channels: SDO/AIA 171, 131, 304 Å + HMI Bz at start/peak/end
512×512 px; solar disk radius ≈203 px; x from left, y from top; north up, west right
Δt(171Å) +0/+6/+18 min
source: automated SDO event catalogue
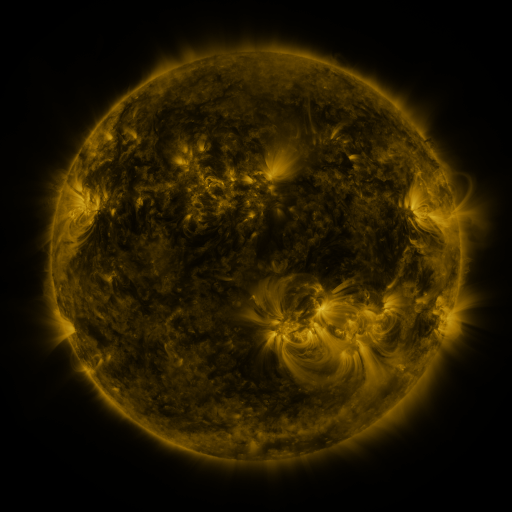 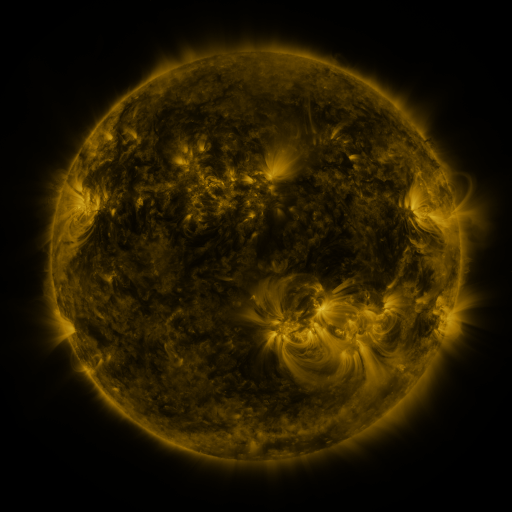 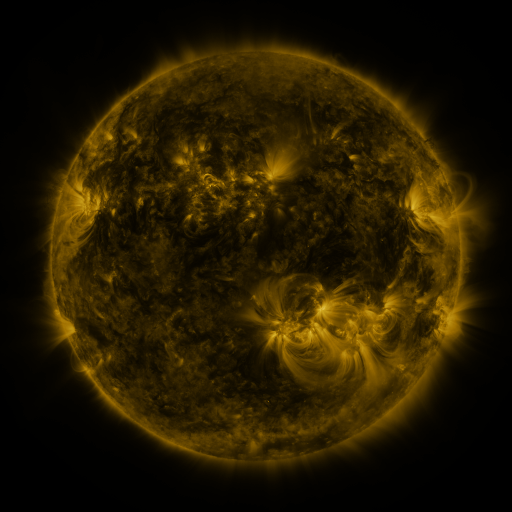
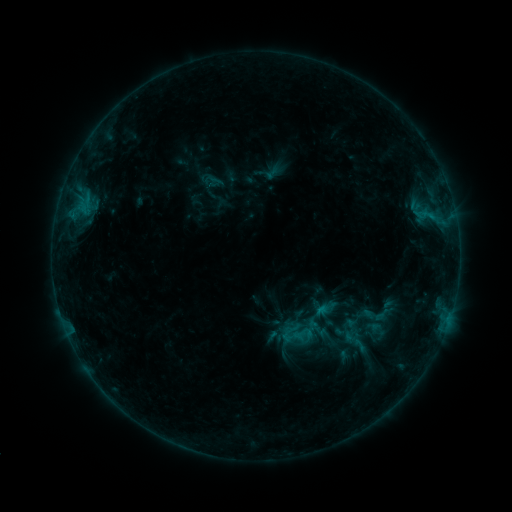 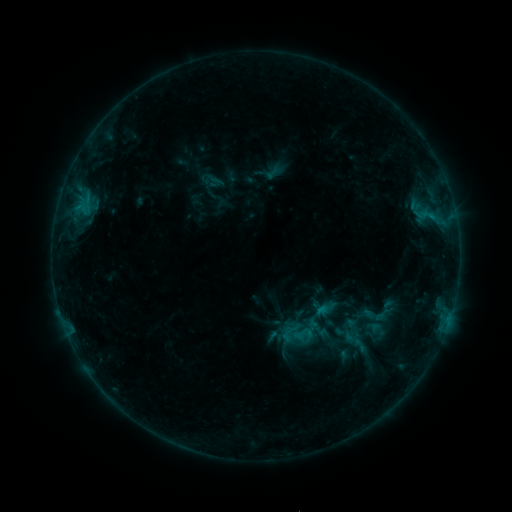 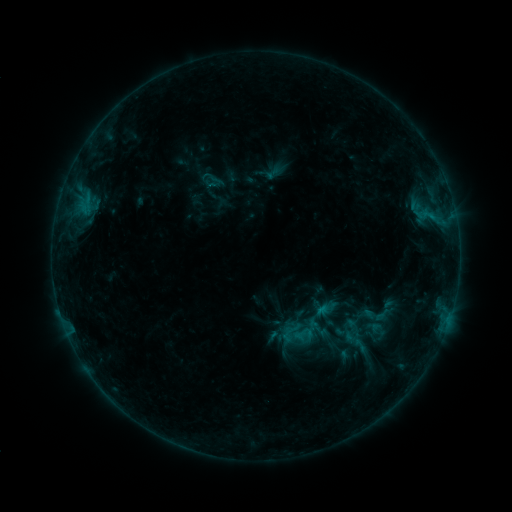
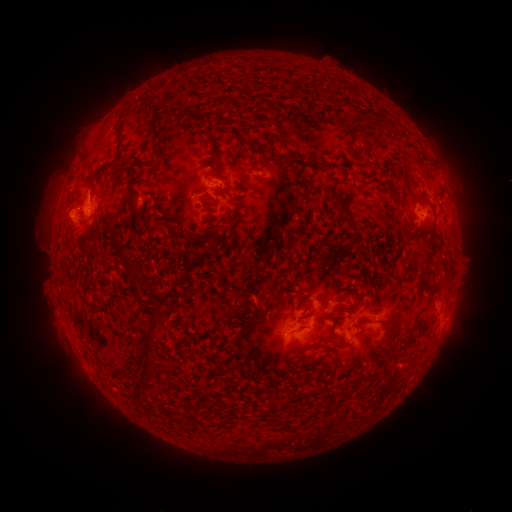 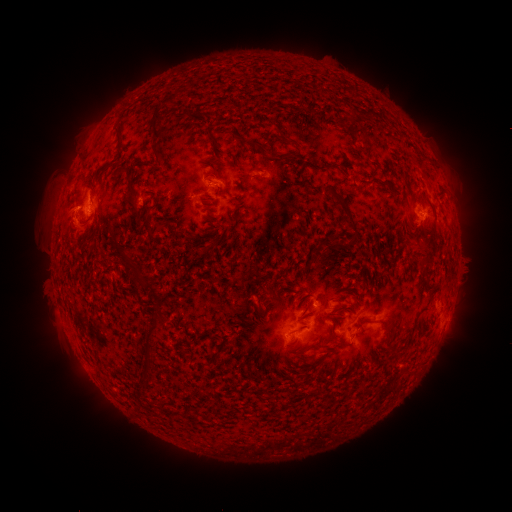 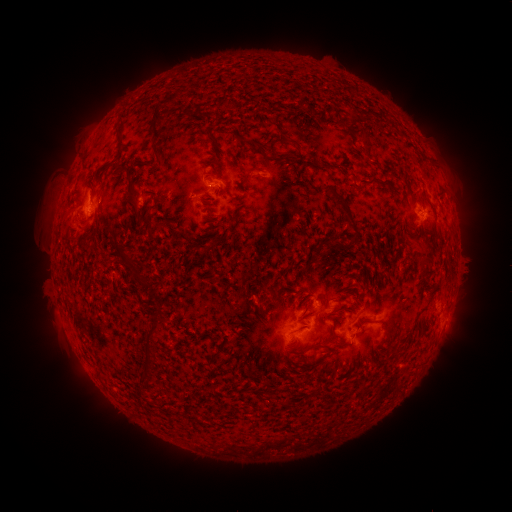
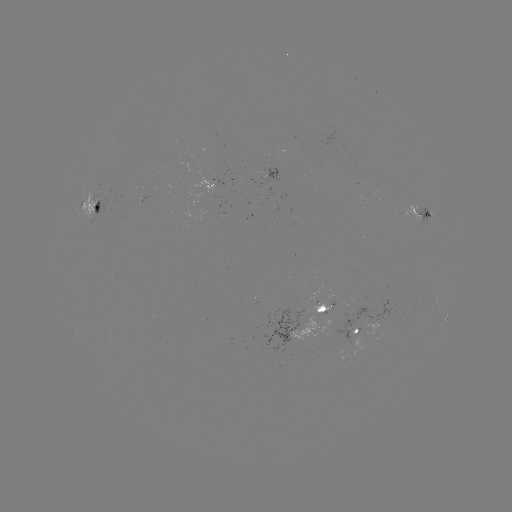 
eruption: <bbox>41, 164, 81, 236</bbox>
